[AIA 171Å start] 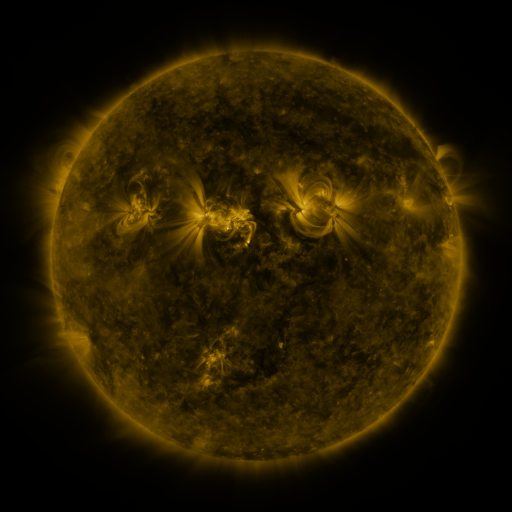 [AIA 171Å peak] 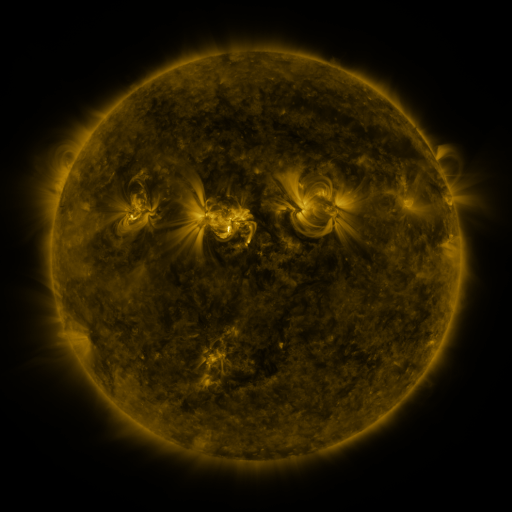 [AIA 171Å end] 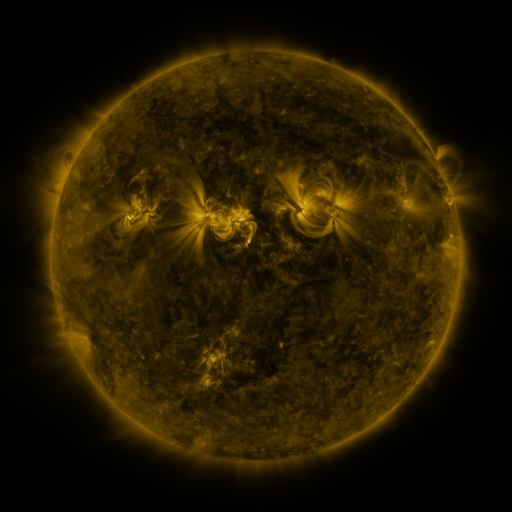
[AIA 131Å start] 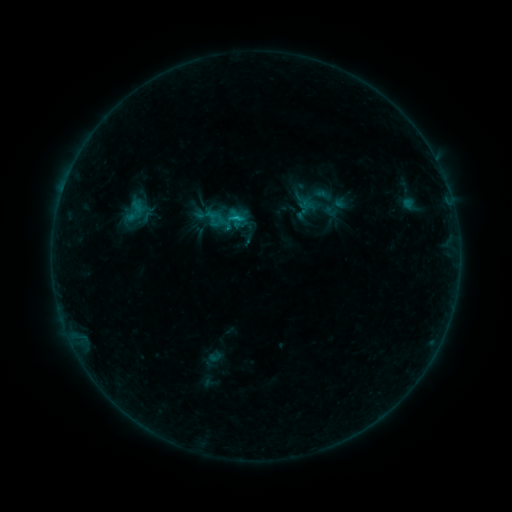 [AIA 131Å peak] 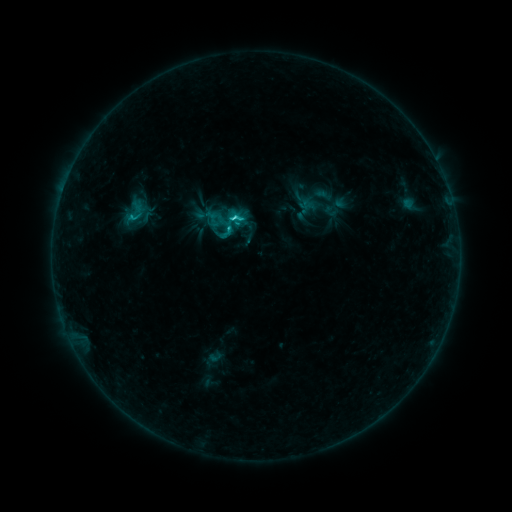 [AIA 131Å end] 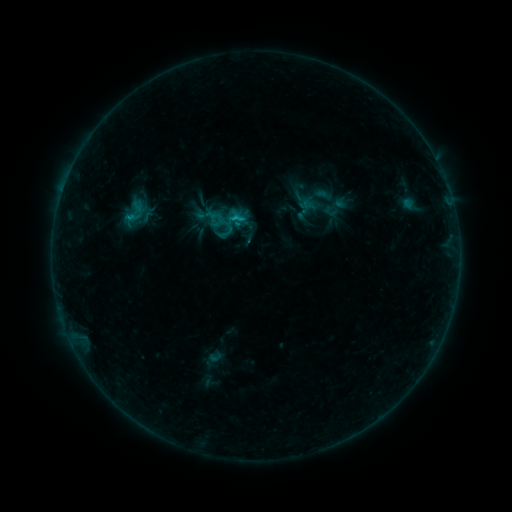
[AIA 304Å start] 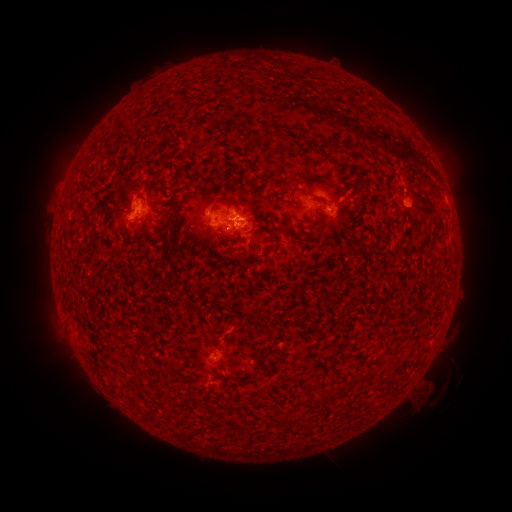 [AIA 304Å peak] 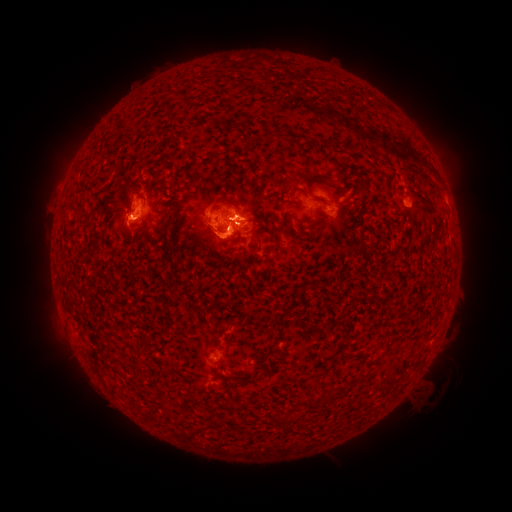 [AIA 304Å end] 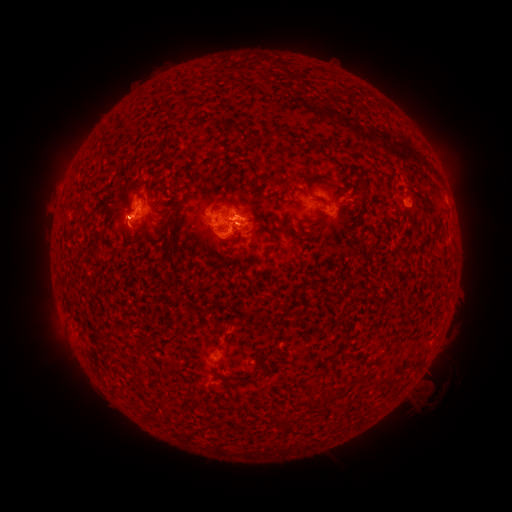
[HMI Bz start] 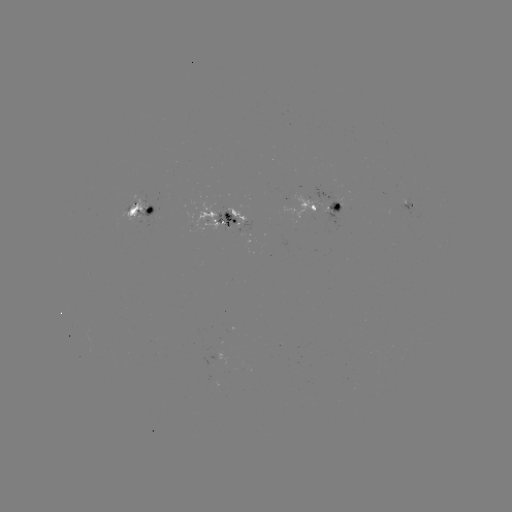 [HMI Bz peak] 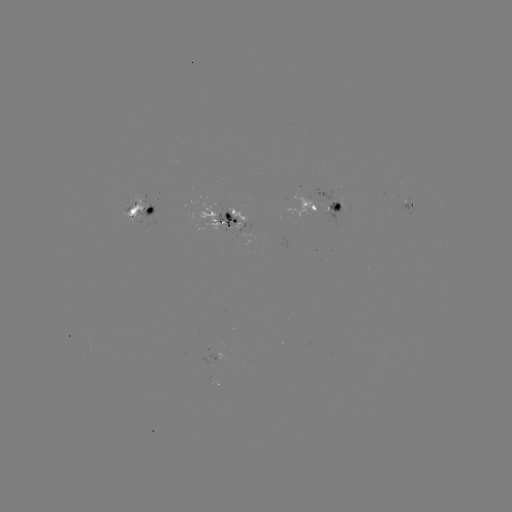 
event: flare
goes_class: C1.9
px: (231, 230)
